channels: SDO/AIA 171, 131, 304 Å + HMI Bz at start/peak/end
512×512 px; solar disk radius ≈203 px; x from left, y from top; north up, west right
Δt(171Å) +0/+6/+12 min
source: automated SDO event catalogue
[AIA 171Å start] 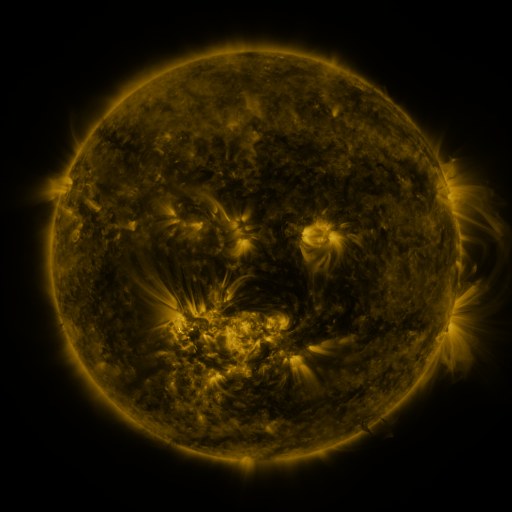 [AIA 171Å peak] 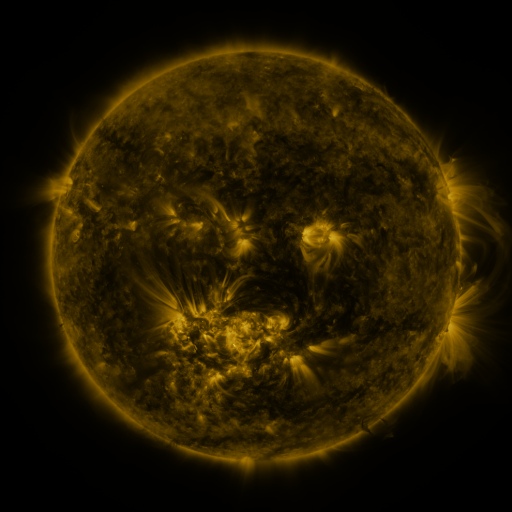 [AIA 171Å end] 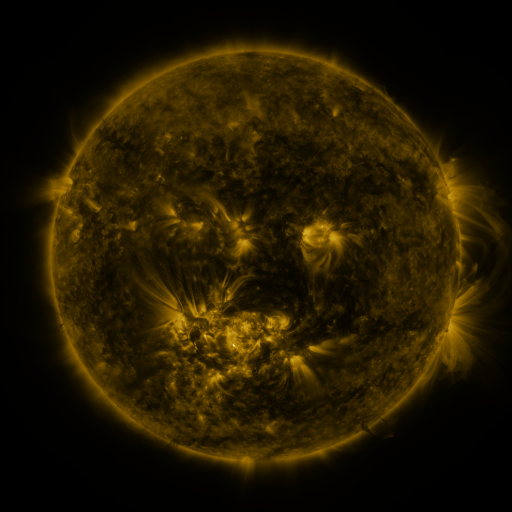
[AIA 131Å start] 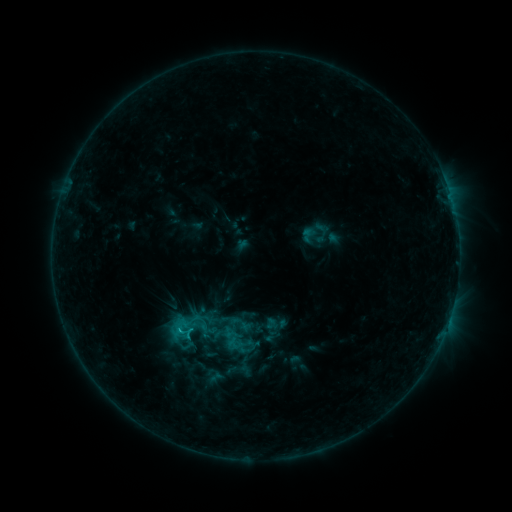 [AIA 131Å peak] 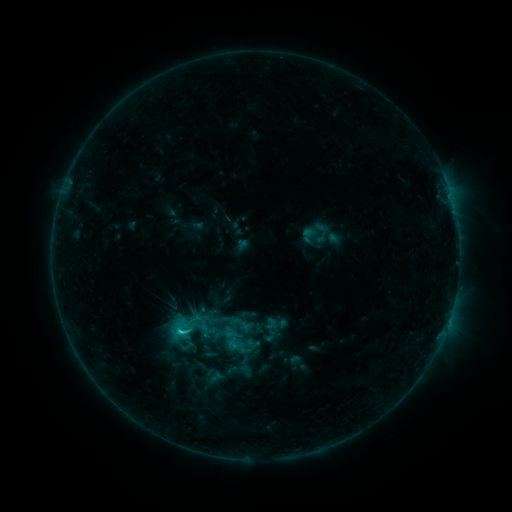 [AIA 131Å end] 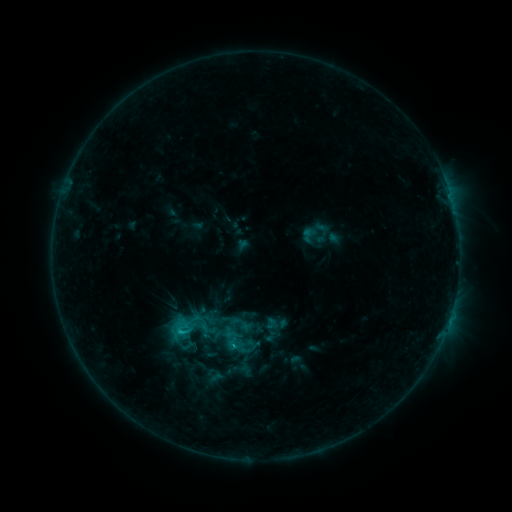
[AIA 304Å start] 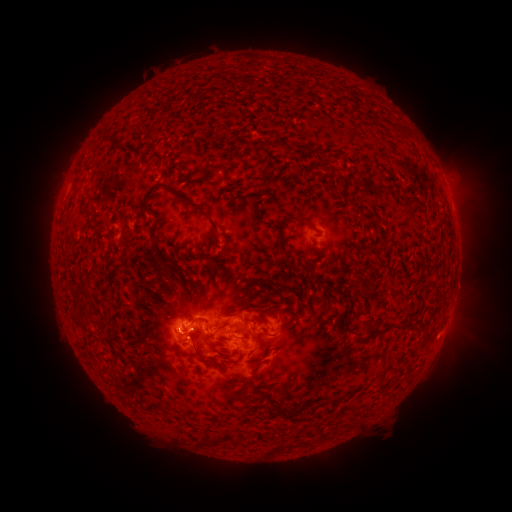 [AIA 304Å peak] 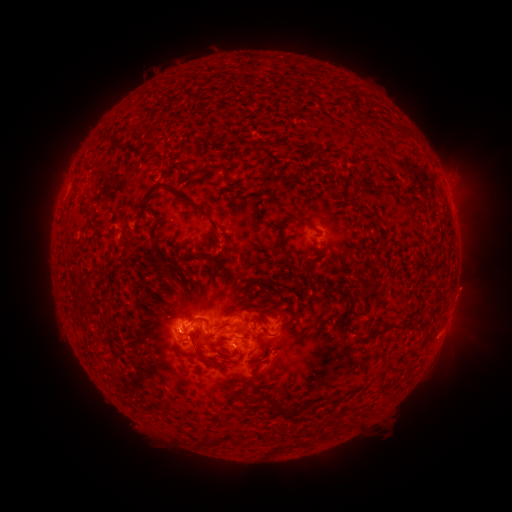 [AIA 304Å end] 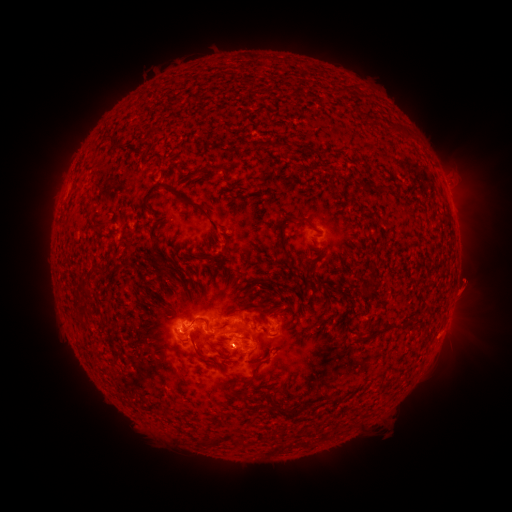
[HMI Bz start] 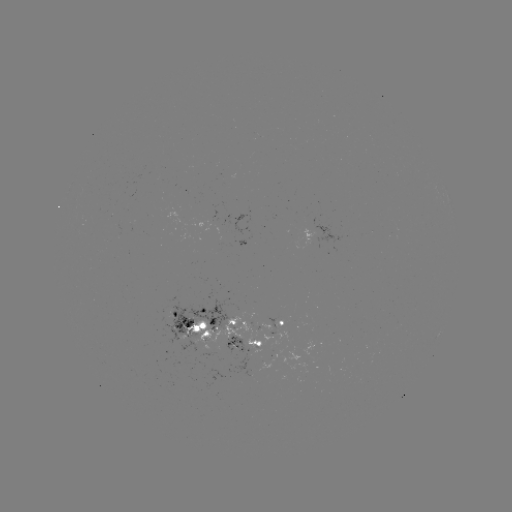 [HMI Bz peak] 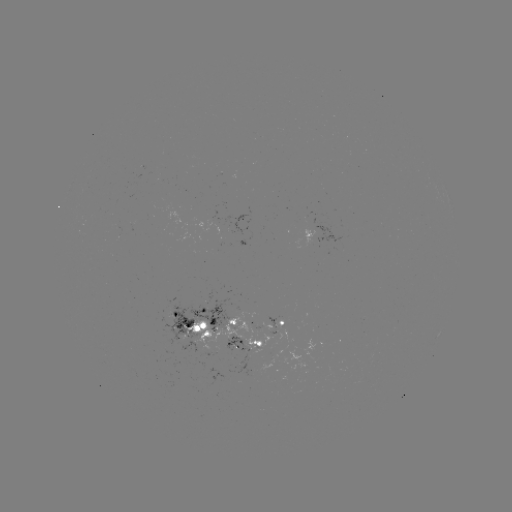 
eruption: (438, 256, 499, 318)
